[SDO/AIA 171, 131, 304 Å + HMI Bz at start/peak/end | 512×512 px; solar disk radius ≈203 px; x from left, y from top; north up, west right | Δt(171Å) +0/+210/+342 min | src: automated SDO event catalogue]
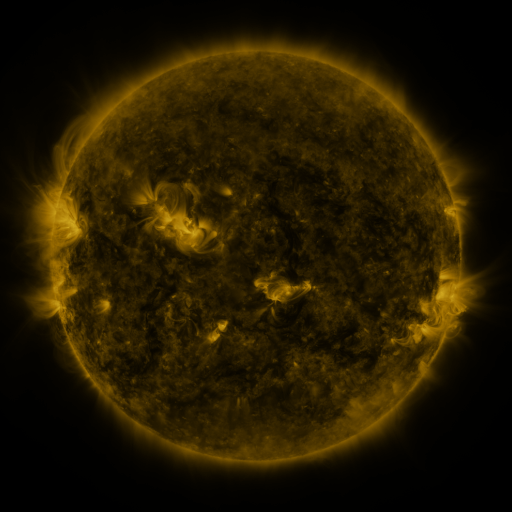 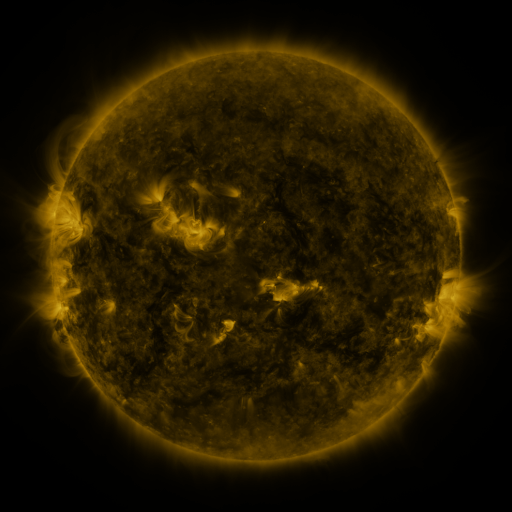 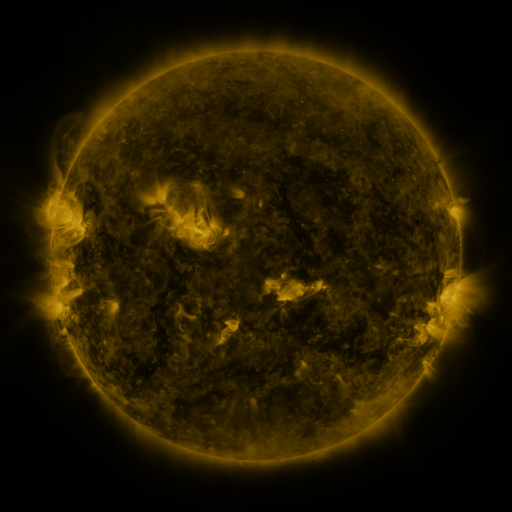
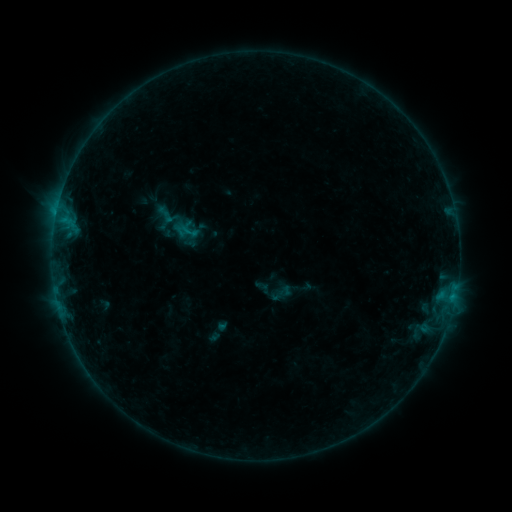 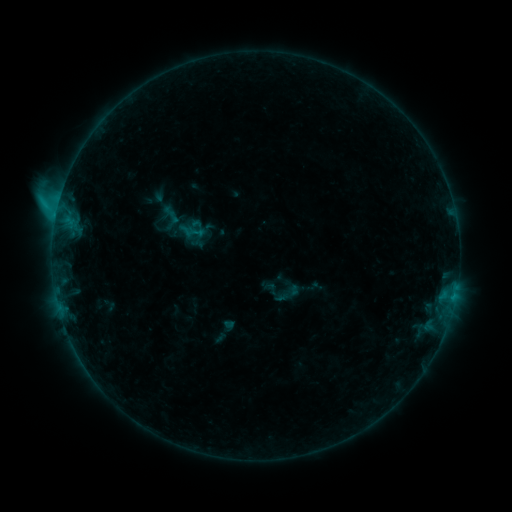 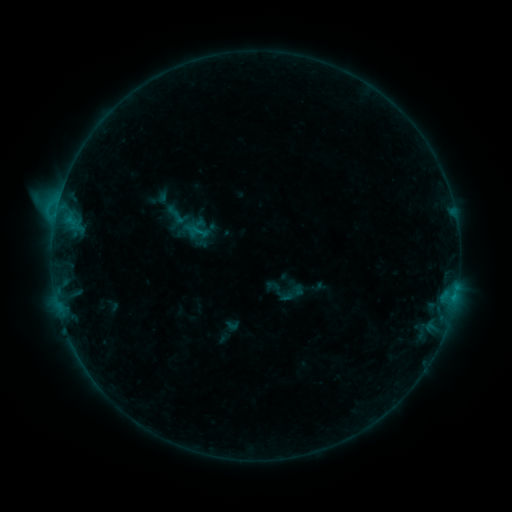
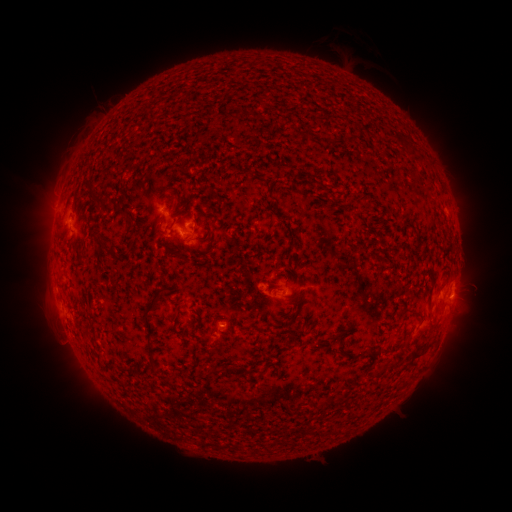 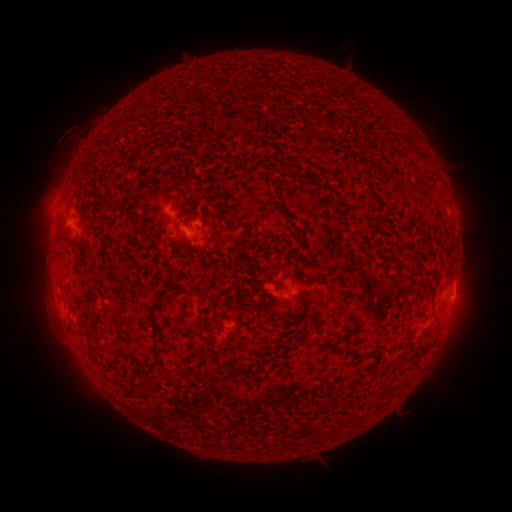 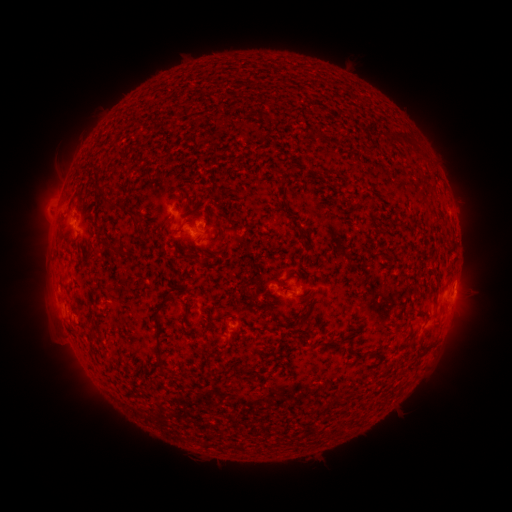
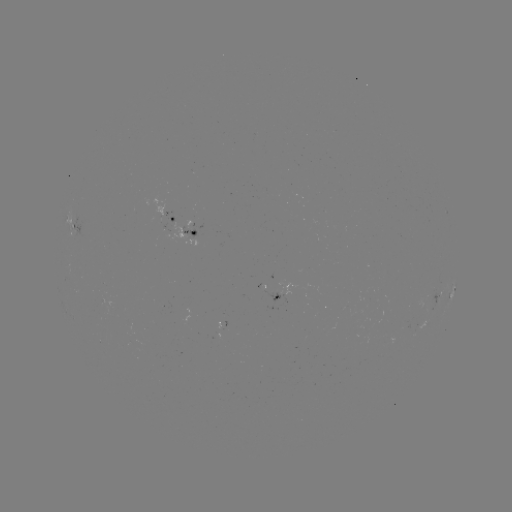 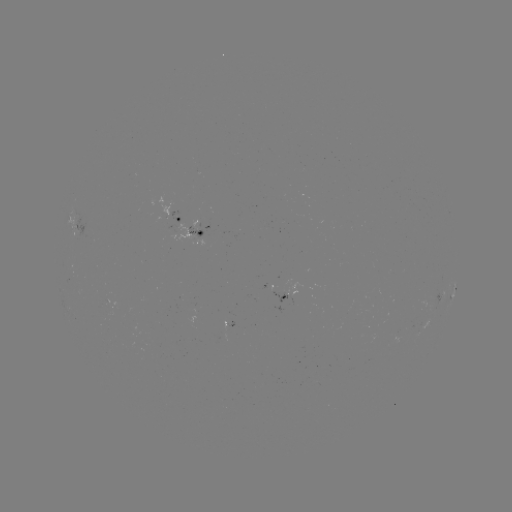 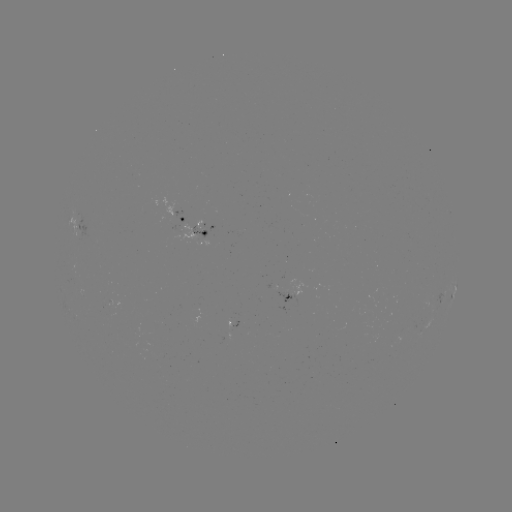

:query C1.6 flare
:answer (58, 210)